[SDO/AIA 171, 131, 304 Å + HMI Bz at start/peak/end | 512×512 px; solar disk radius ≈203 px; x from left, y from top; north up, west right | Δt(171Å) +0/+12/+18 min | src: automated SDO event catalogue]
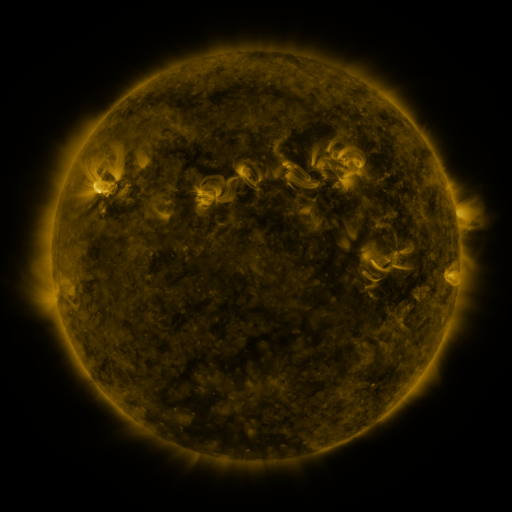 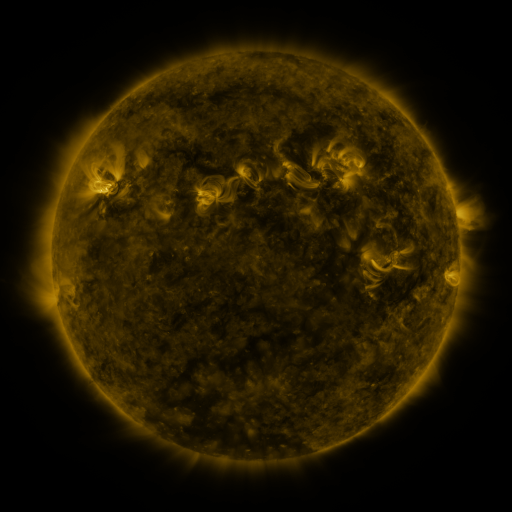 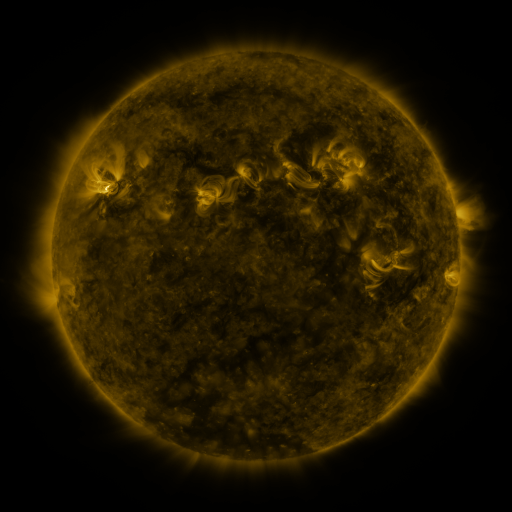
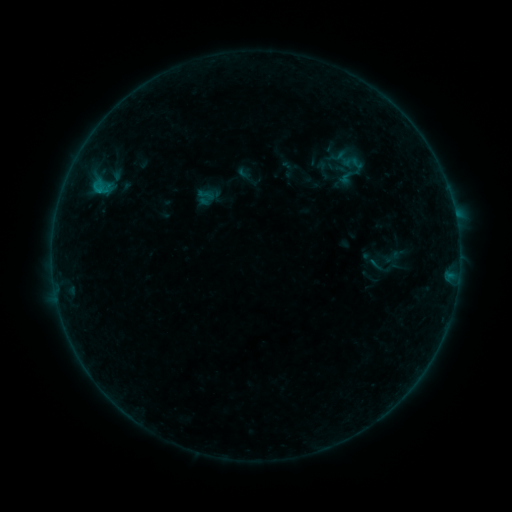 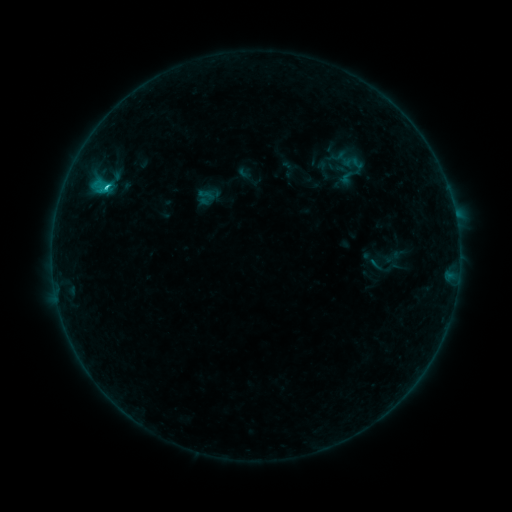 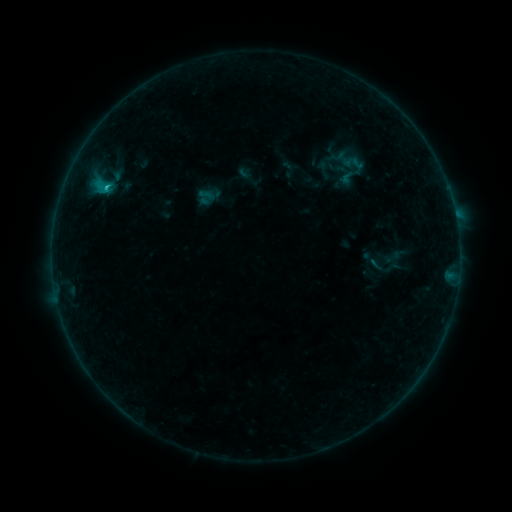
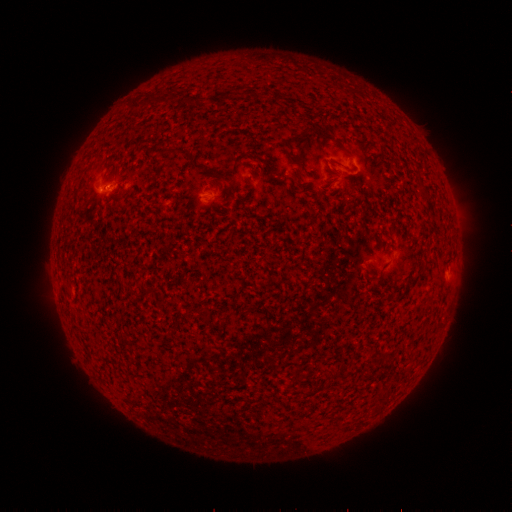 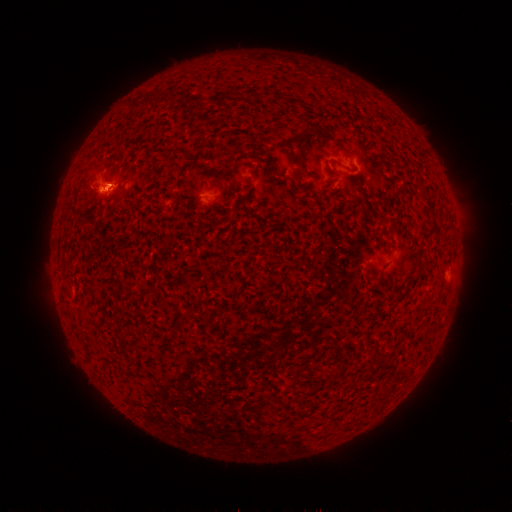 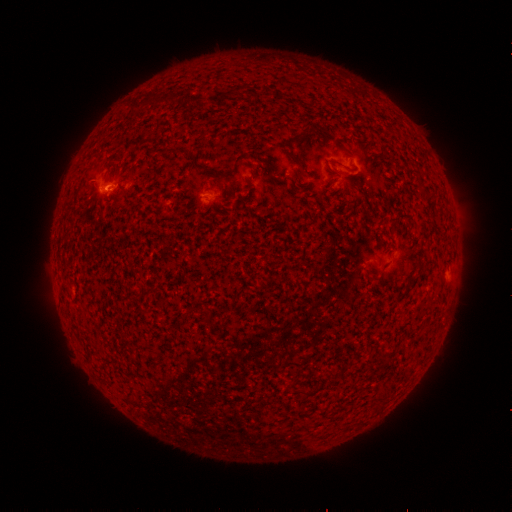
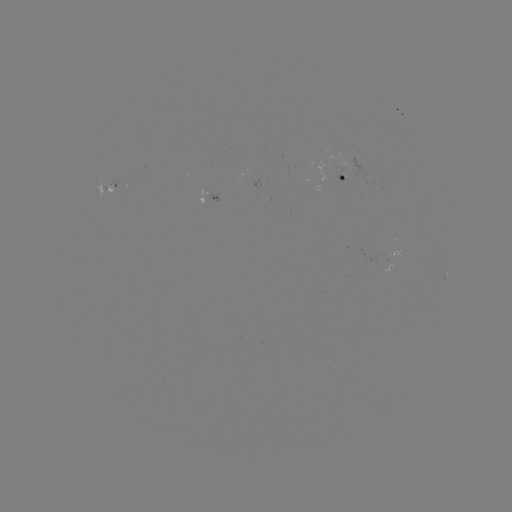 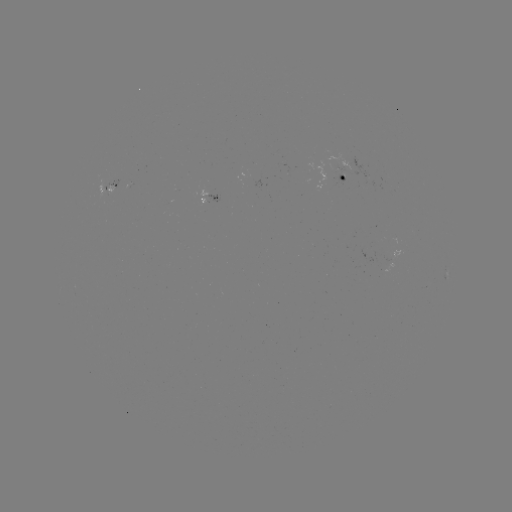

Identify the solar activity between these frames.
B9.3 flare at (106, 190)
